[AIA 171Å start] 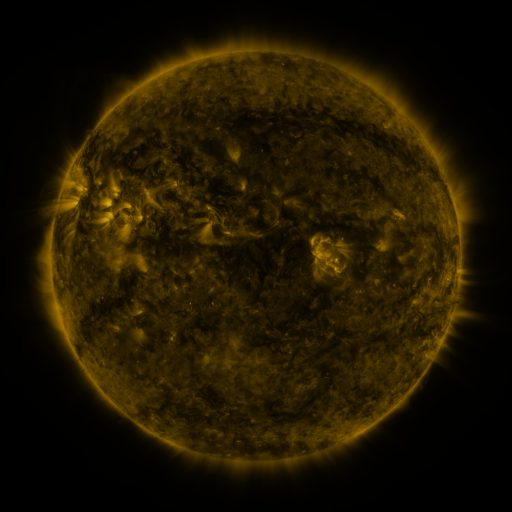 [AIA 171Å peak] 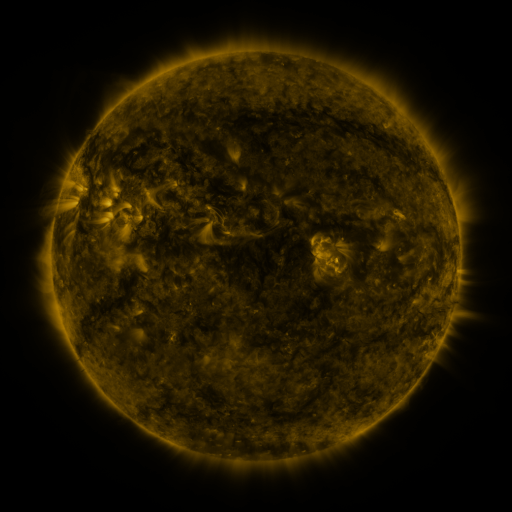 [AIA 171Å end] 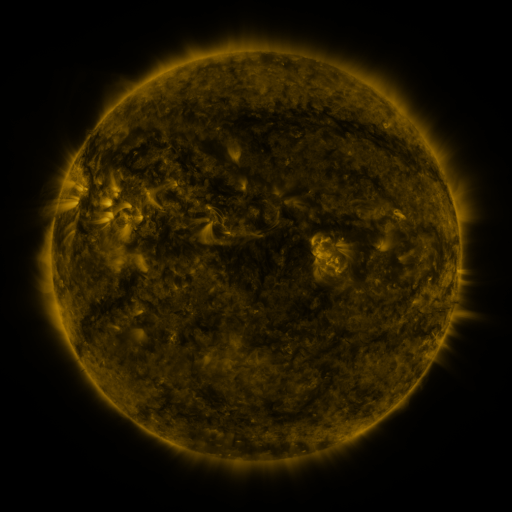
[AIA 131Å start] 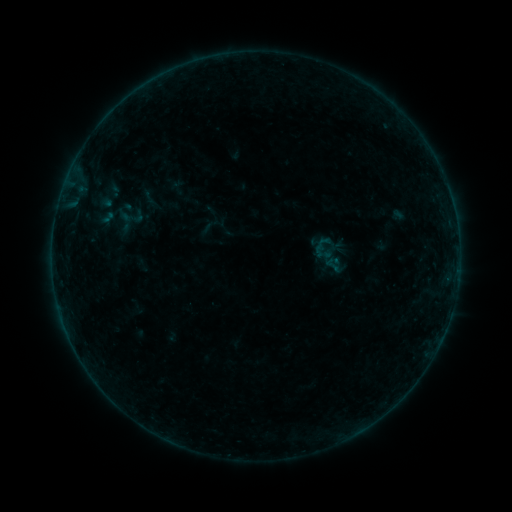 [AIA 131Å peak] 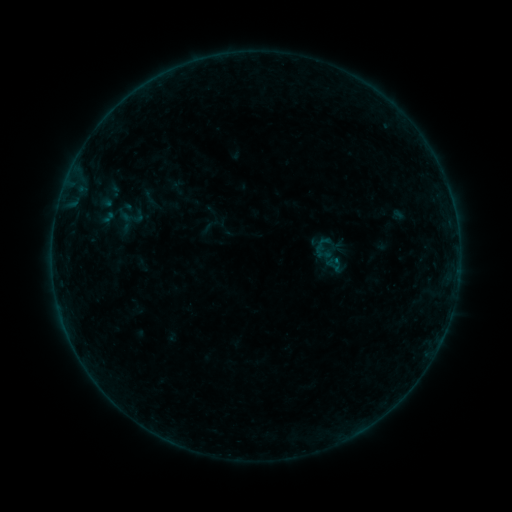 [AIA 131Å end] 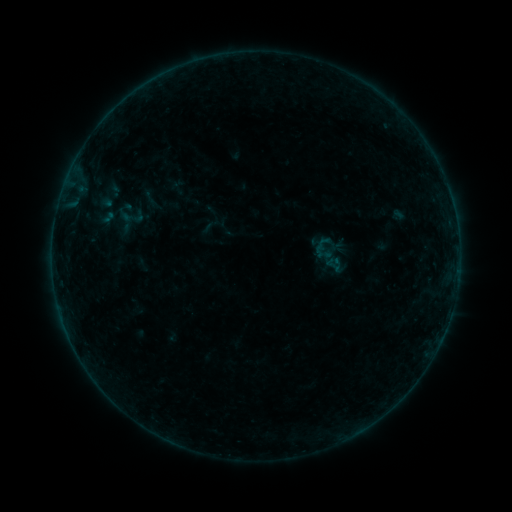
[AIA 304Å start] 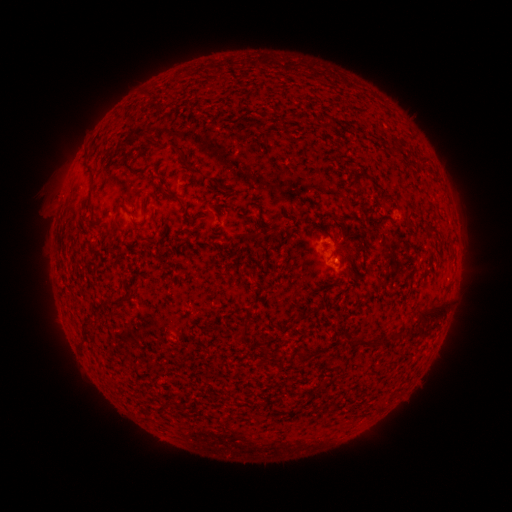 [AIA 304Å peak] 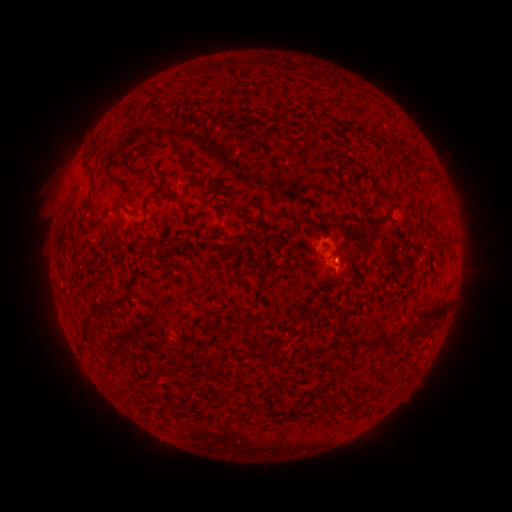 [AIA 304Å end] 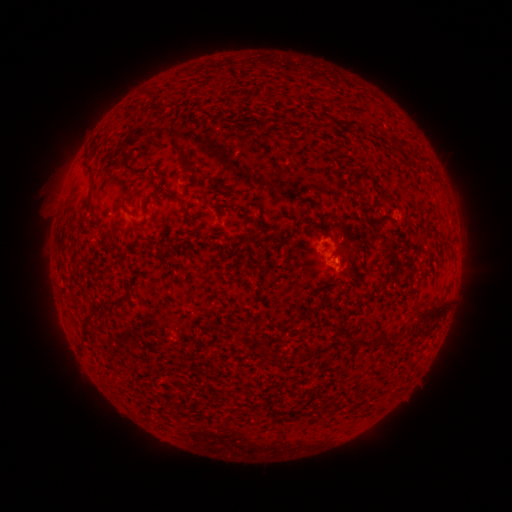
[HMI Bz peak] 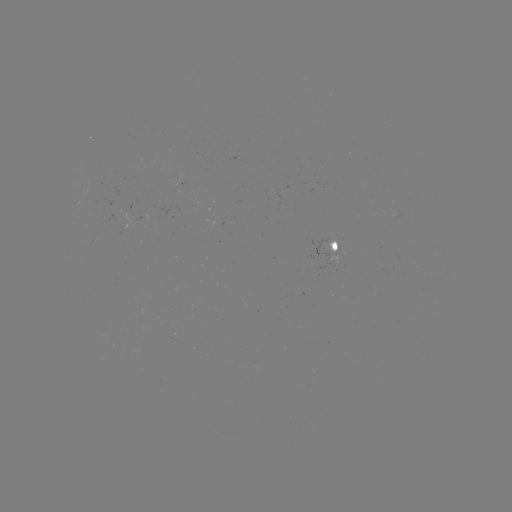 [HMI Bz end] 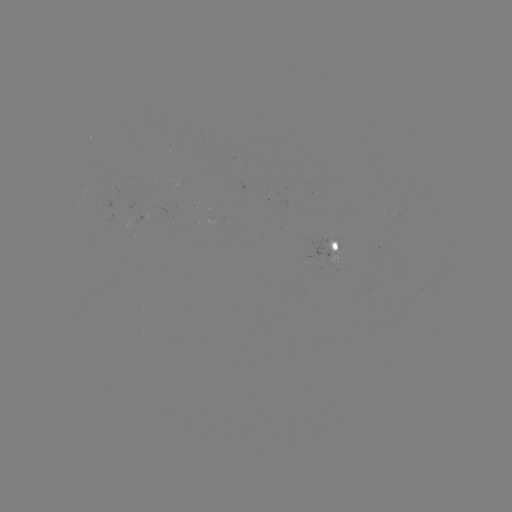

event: flare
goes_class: B1.0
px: (335, 259)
